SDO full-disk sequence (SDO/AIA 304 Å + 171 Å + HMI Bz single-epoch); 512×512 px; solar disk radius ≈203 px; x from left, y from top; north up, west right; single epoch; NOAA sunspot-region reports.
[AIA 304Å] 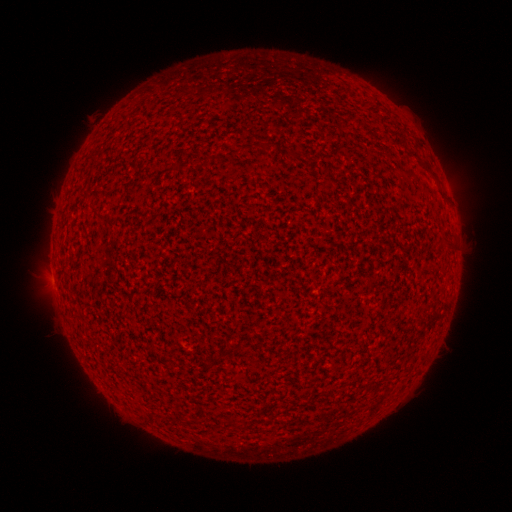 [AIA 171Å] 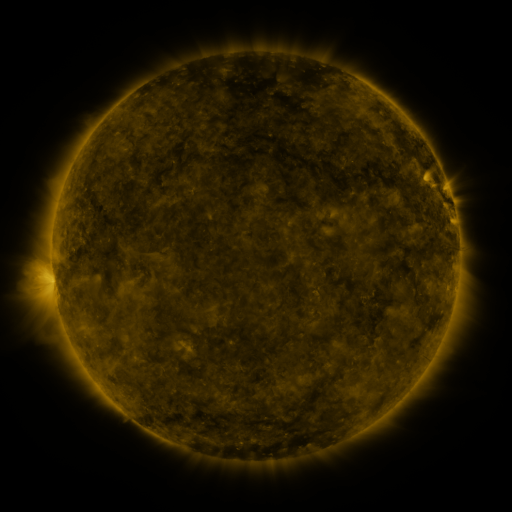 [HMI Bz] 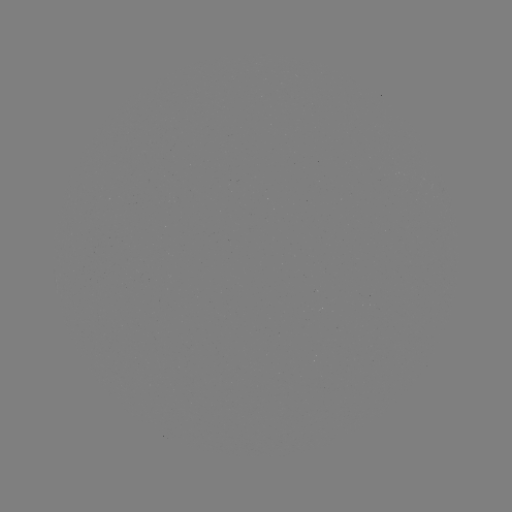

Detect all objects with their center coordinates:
(none)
